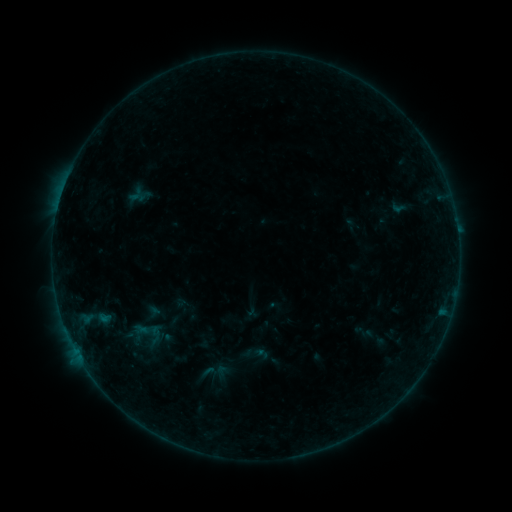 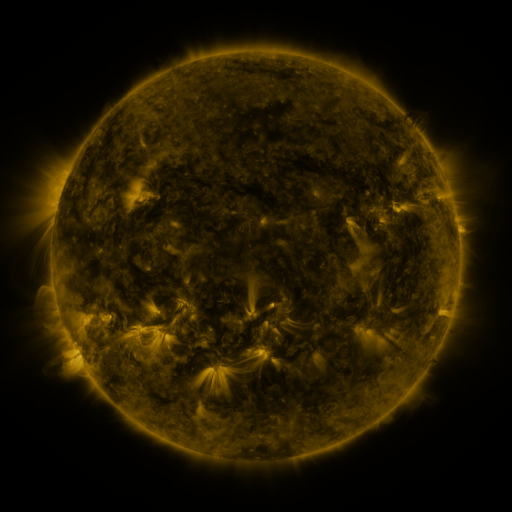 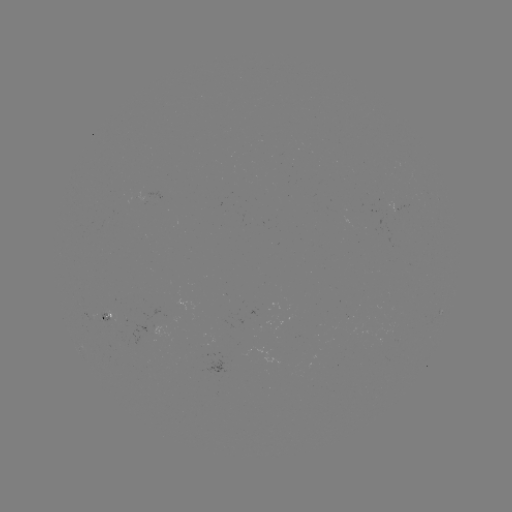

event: sigmoid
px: (223, 373)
